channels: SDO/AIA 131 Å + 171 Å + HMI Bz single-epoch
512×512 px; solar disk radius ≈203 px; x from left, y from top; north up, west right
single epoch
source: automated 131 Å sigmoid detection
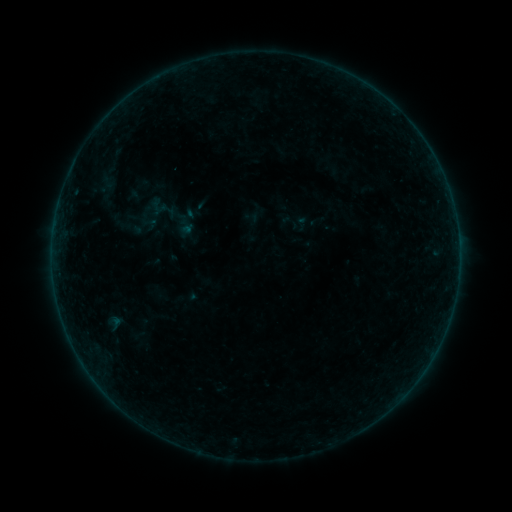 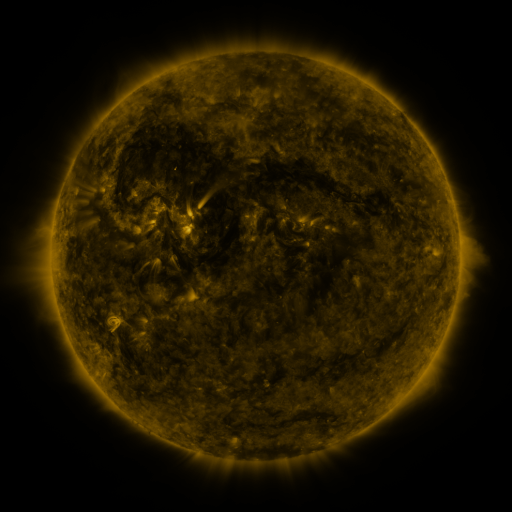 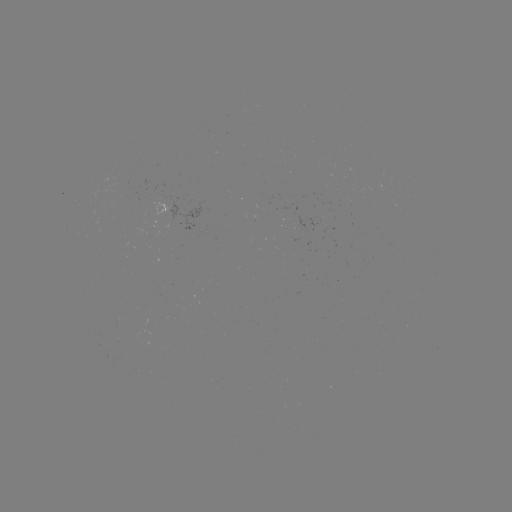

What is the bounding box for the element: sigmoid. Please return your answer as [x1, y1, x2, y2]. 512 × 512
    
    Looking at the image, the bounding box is [140, 214, 158, 233].